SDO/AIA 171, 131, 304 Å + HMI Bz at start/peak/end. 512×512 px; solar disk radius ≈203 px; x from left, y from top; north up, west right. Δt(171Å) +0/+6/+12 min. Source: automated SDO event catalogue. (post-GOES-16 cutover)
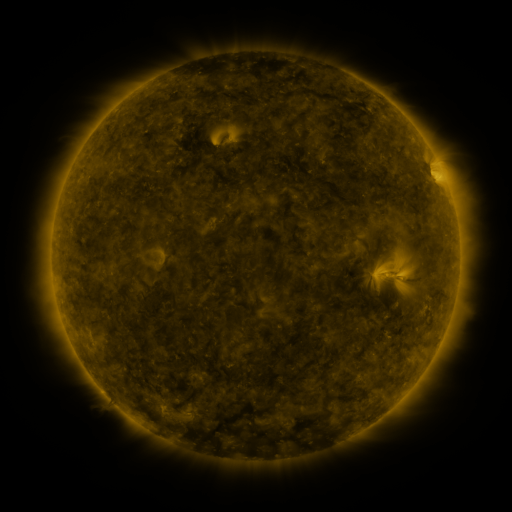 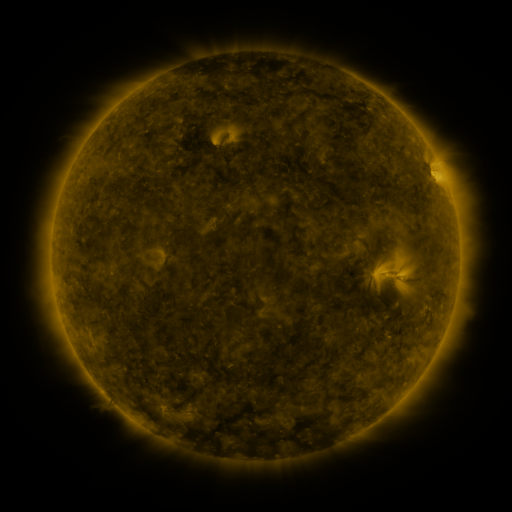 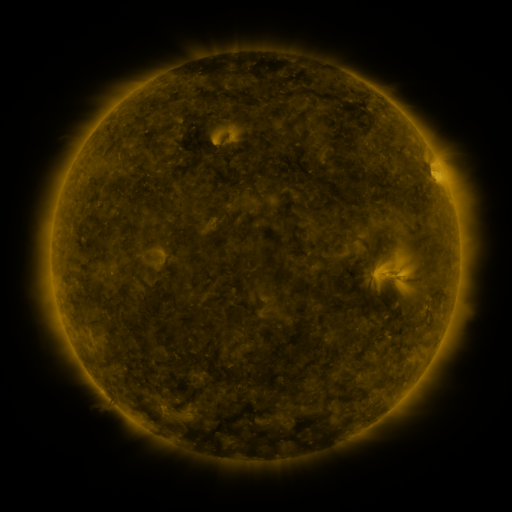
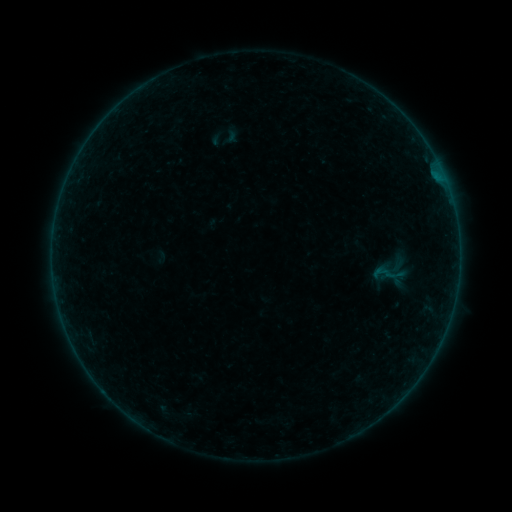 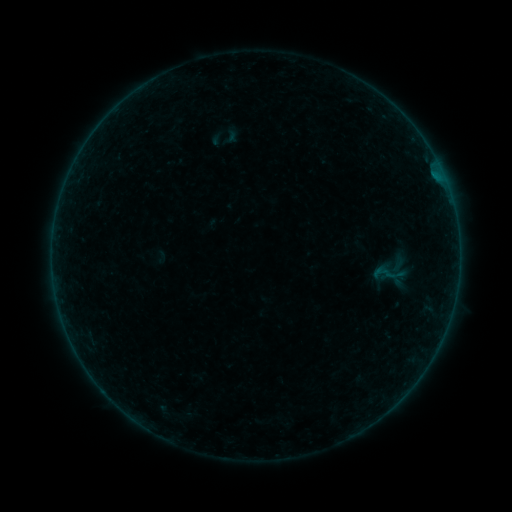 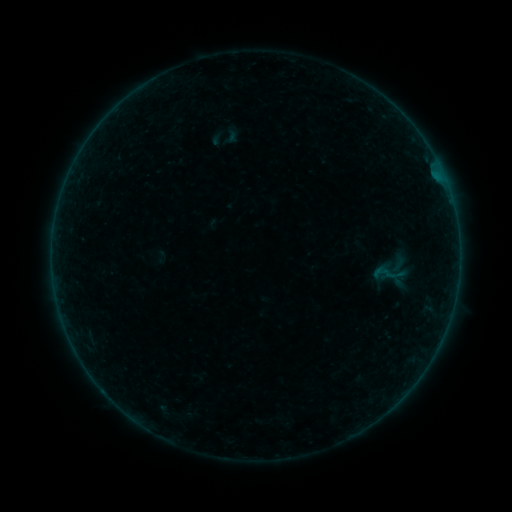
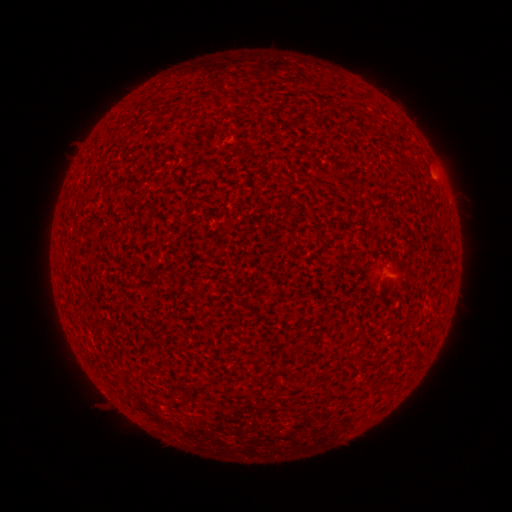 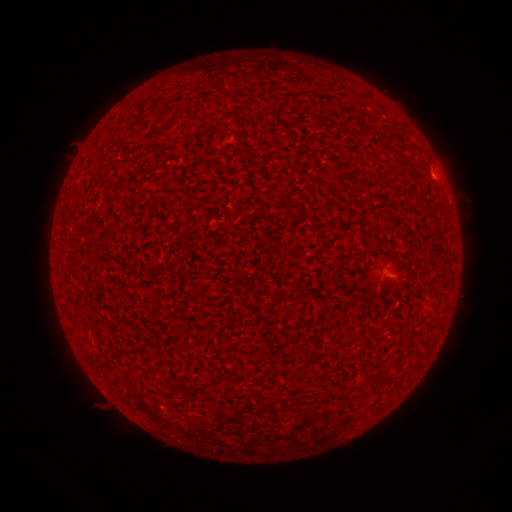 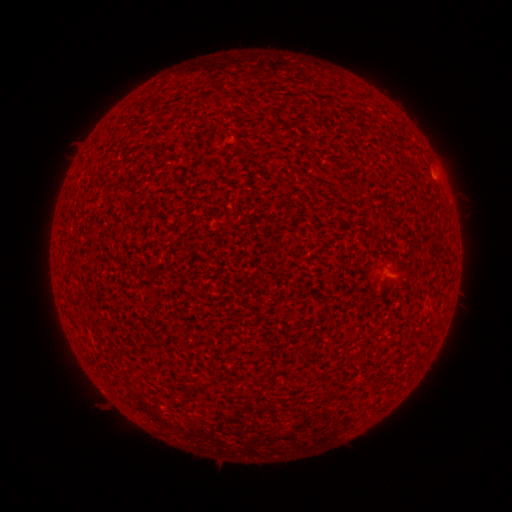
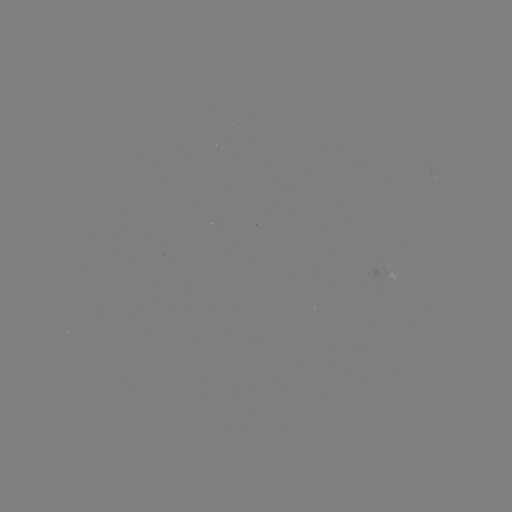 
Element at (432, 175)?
A2.6 flare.